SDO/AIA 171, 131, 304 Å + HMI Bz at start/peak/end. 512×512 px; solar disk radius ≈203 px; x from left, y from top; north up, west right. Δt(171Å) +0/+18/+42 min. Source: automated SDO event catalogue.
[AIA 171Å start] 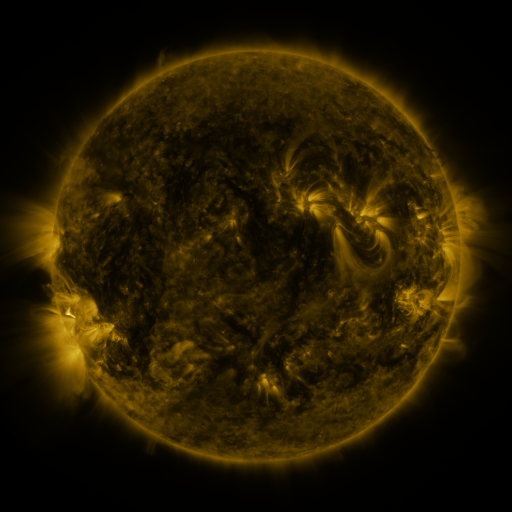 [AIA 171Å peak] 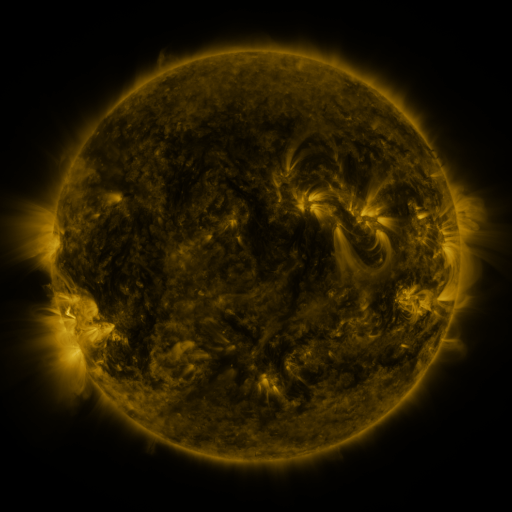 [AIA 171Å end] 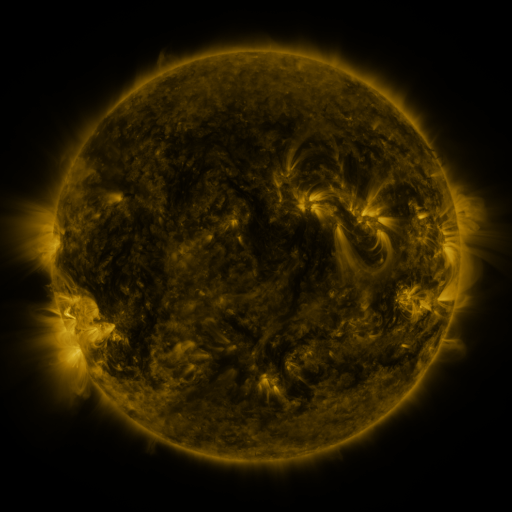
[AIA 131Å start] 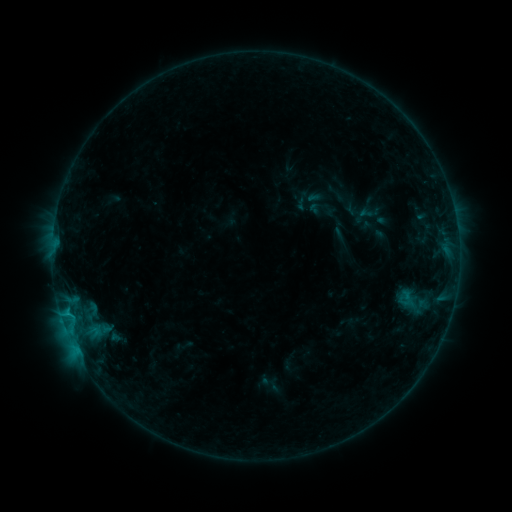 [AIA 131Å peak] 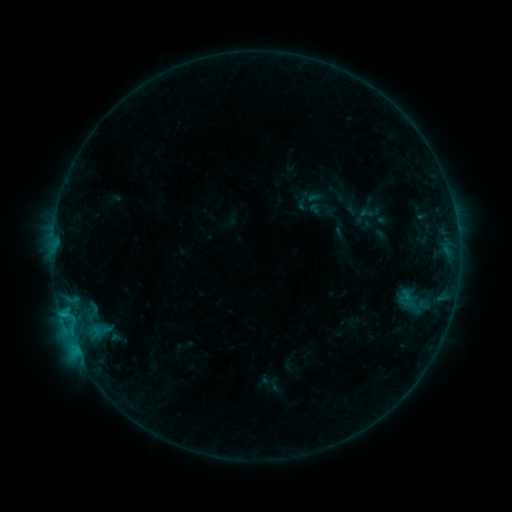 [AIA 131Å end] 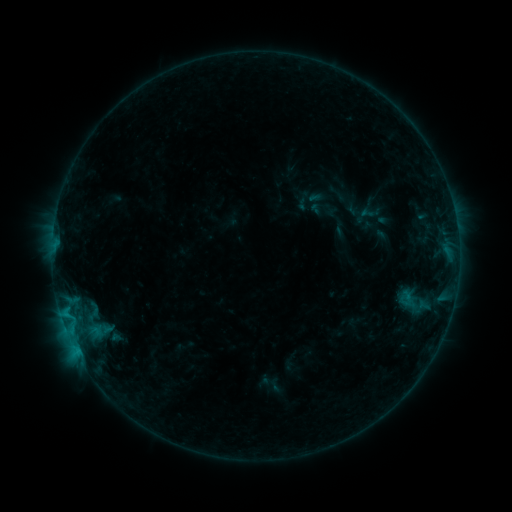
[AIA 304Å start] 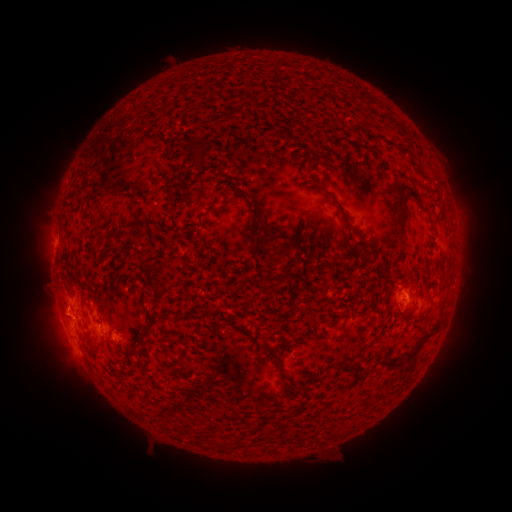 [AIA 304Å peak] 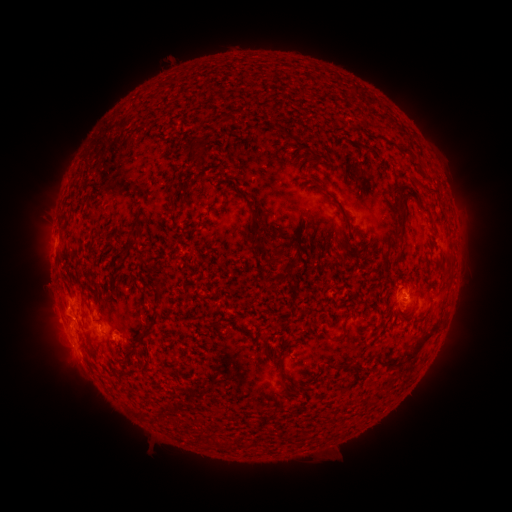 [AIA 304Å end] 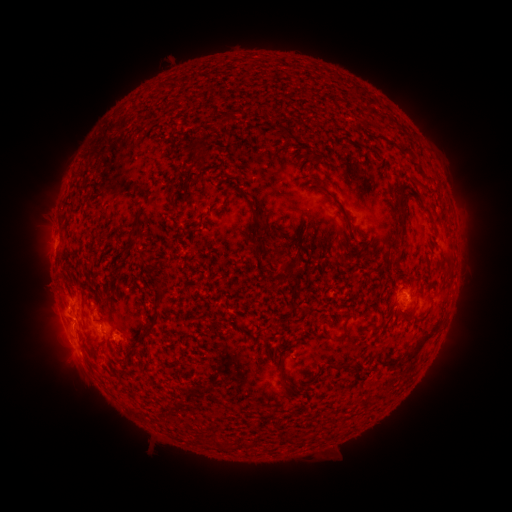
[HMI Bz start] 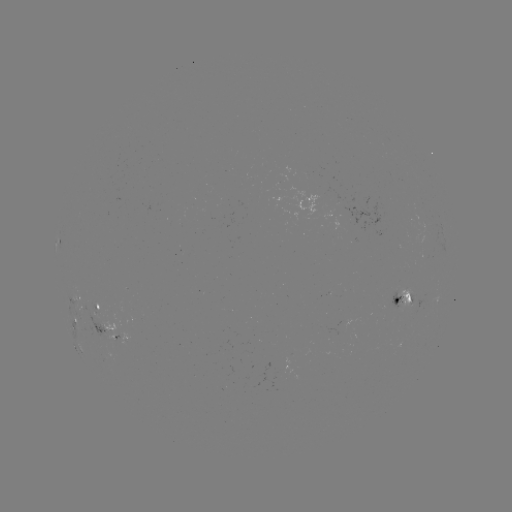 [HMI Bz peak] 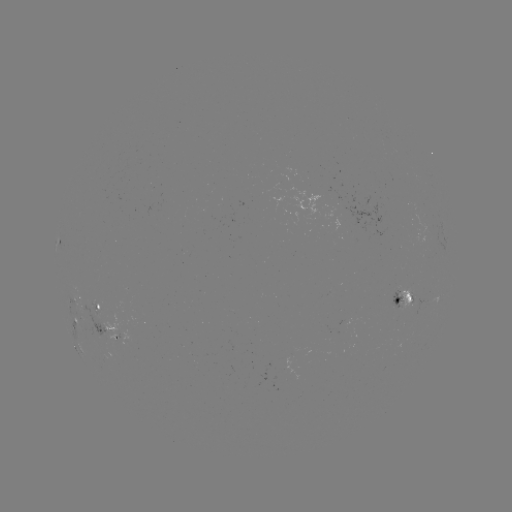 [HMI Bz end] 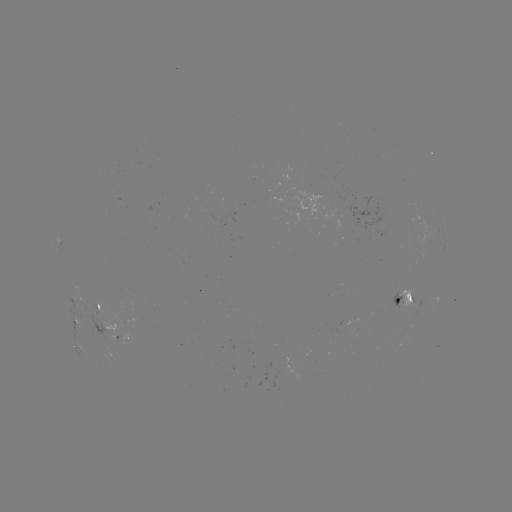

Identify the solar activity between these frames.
B8.7 flare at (62, 312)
